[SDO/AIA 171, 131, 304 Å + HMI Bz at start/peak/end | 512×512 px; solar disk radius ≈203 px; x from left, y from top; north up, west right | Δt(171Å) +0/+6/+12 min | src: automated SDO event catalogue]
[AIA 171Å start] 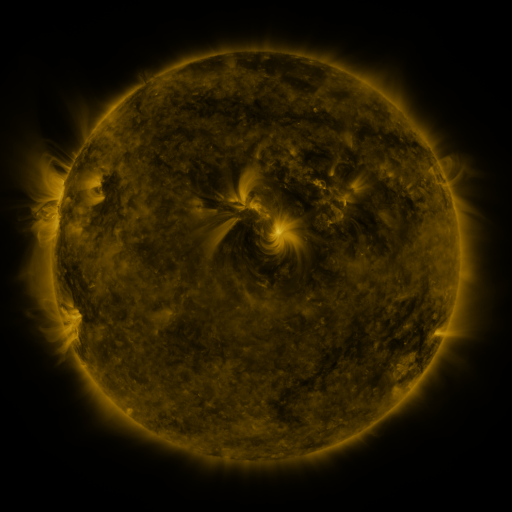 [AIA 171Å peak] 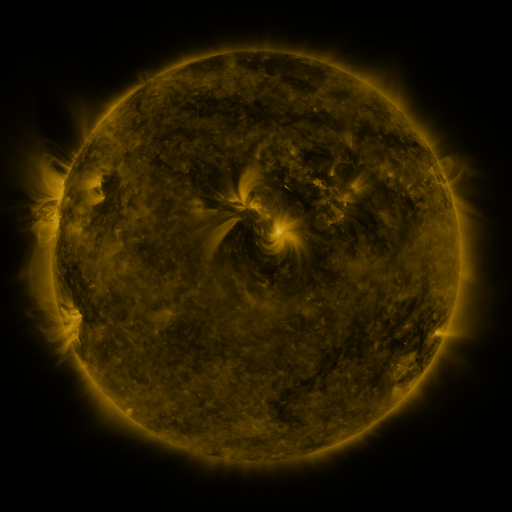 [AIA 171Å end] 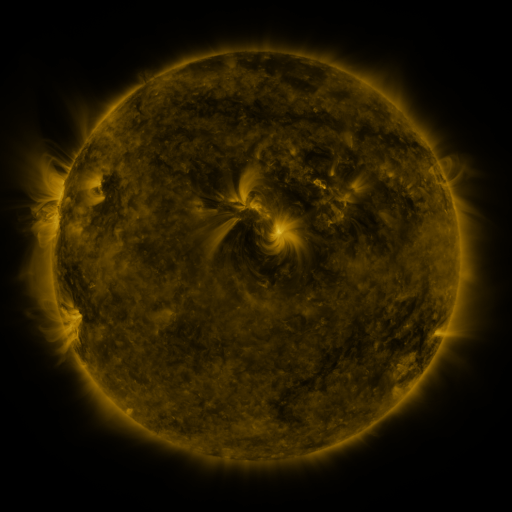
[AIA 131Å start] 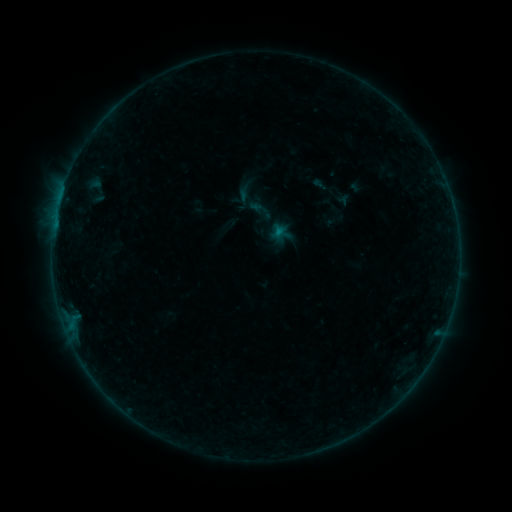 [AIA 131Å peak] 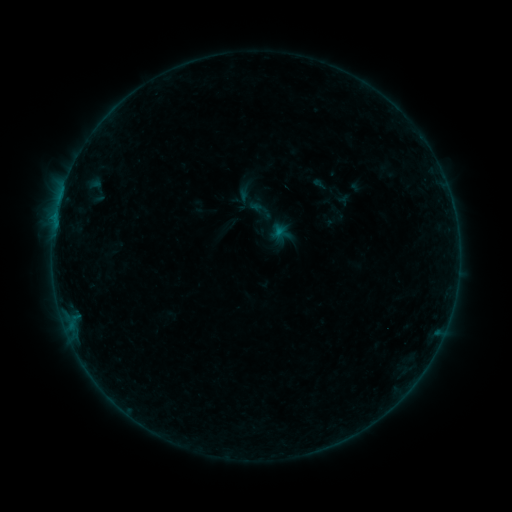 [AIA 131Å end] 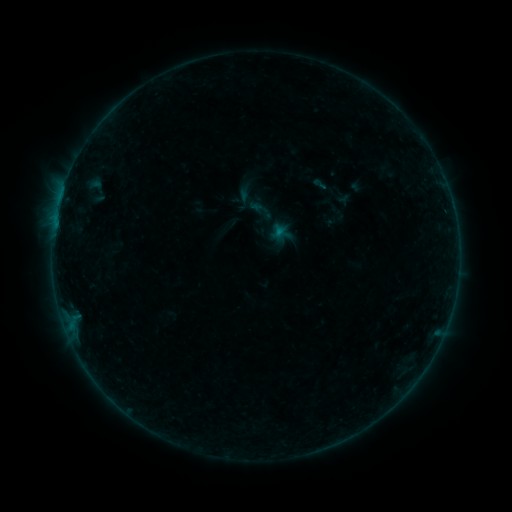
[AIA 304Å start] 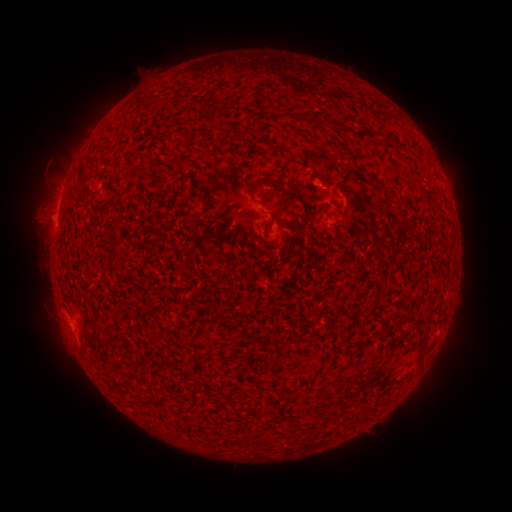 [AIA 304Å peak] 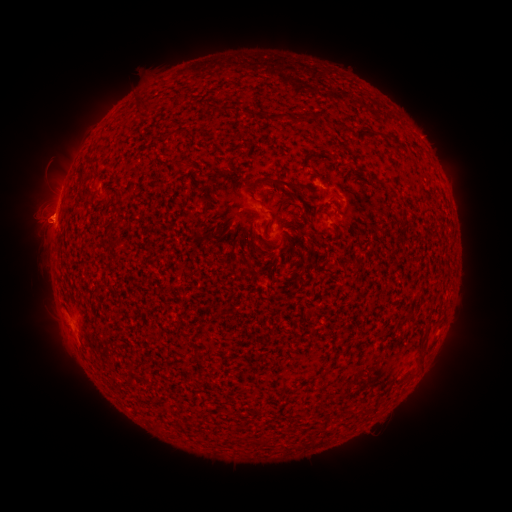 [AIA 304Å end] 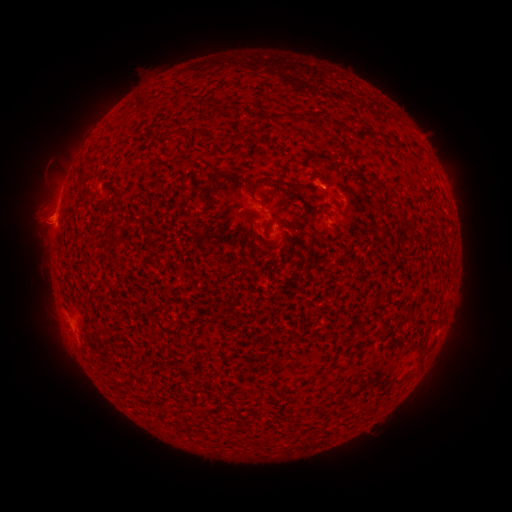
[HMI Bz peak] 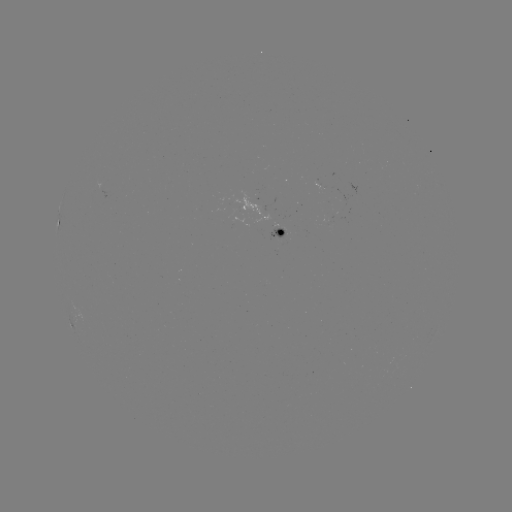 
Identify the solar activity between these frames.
eruption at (38, 224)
